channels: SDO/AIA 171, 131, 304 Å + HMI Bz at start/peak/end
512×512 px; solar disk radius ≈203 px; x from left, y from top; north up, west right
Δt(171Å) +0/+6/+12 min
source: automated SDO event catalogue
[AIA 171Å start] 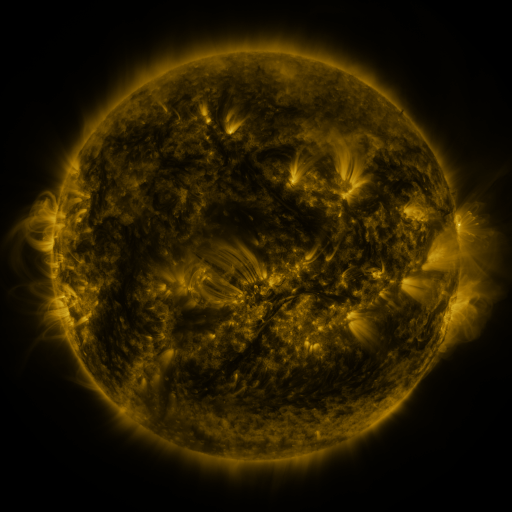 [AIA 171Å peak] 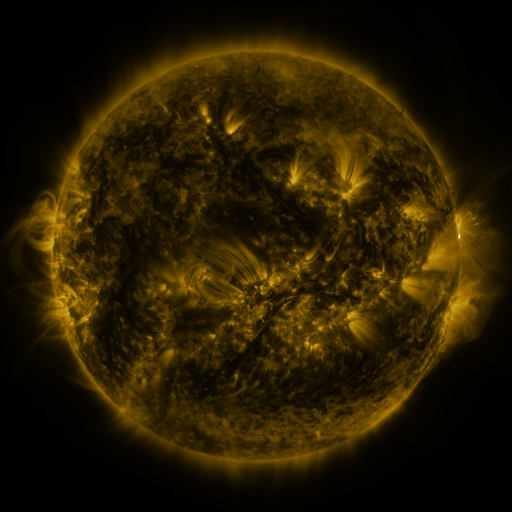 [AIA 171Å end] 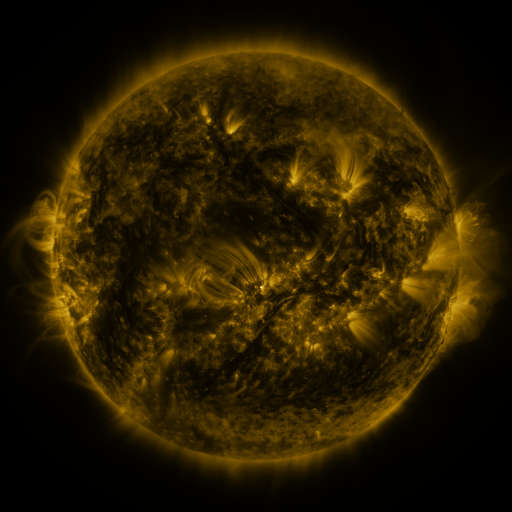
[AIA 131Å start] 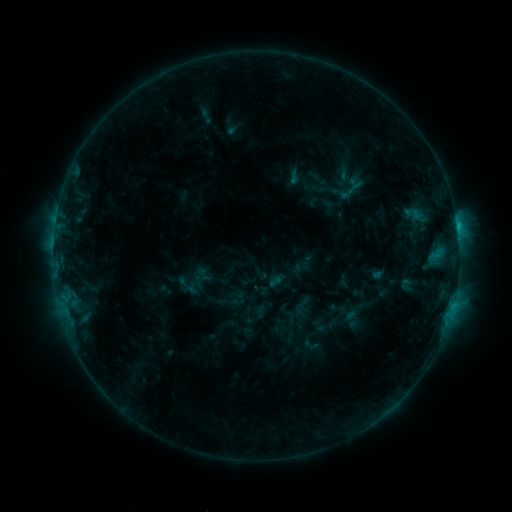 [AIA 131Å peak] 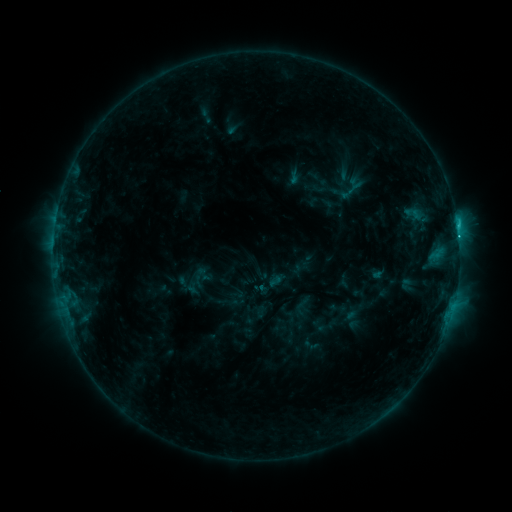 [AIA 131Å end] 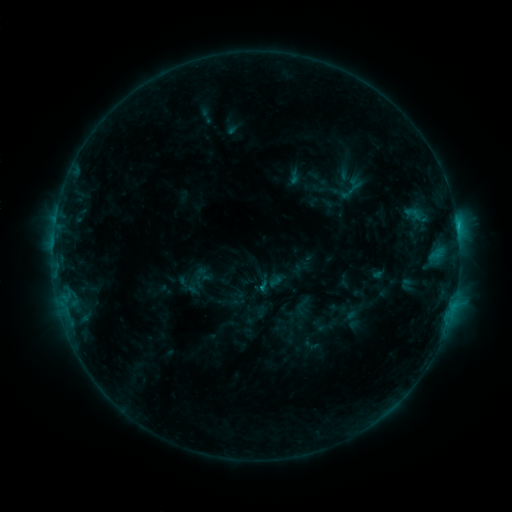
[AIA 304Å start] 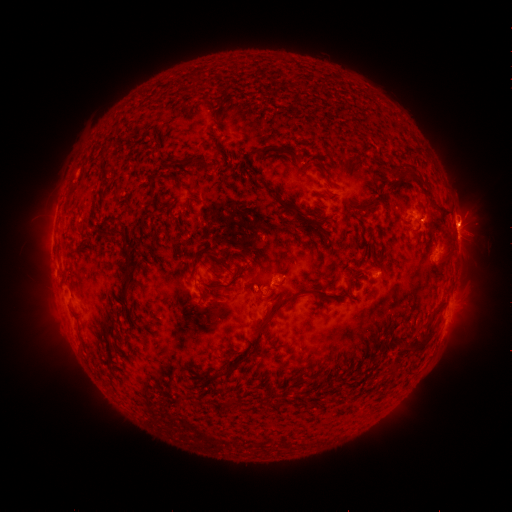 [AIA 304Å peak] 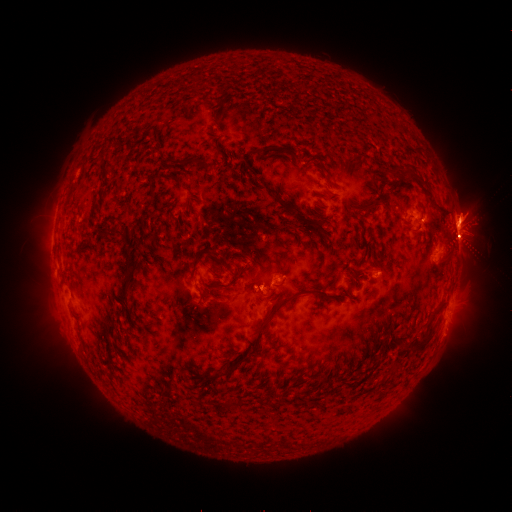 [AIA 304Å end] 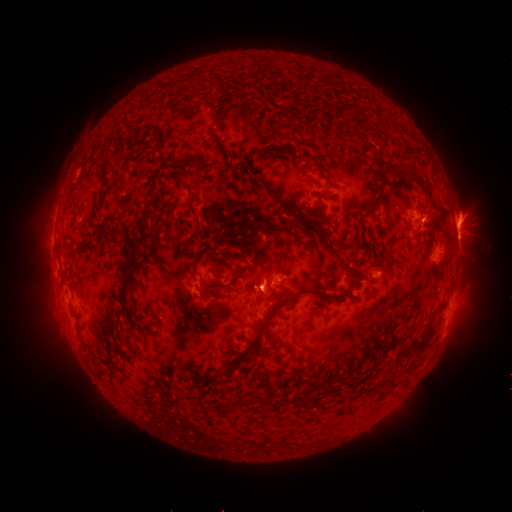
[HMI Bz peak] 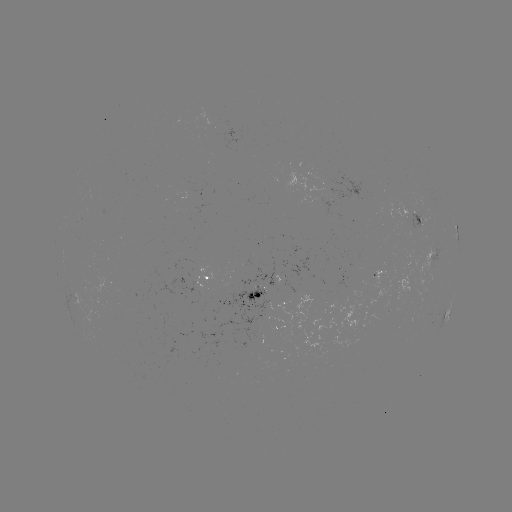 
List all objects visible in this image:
eruption: (467, 221)
